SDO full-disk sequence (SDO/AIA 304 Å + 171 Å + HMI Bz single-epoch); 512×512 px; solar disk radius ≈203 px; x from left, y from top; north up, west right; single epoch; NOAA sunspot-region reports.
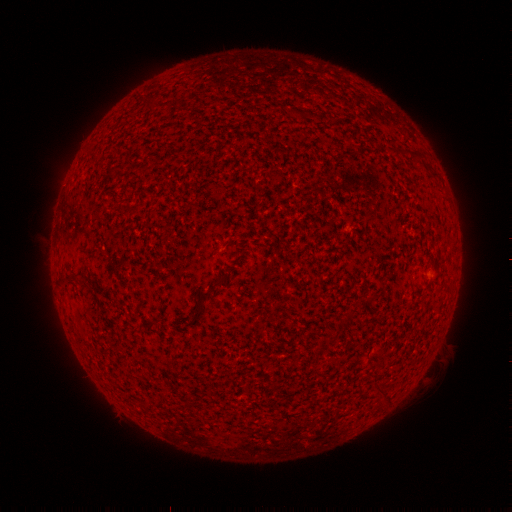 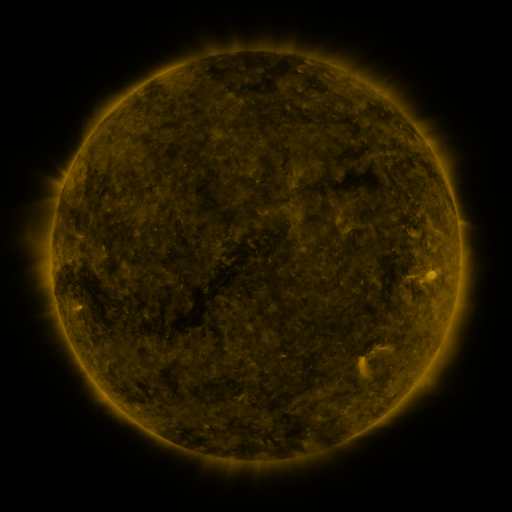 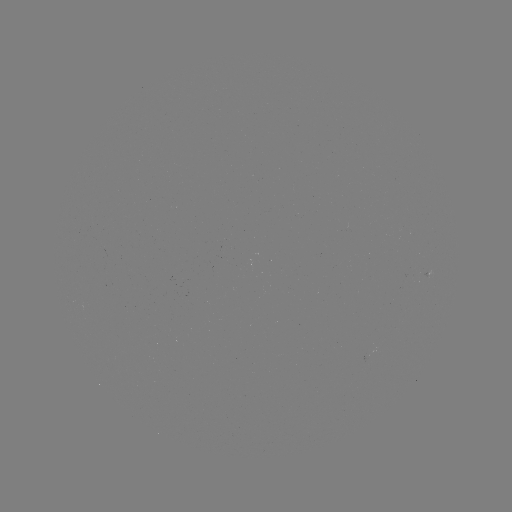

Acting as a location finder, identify spotted active region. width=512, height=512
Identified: [428, 276].